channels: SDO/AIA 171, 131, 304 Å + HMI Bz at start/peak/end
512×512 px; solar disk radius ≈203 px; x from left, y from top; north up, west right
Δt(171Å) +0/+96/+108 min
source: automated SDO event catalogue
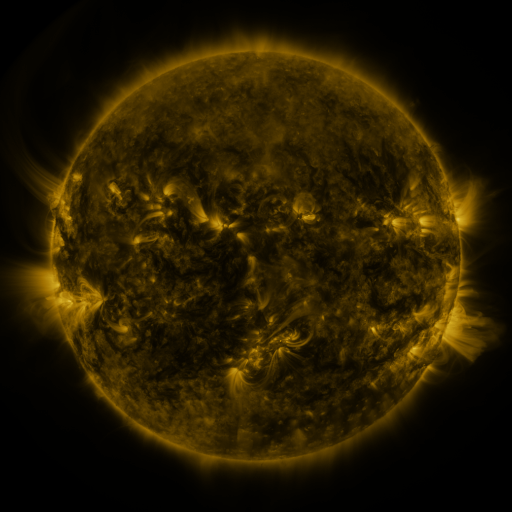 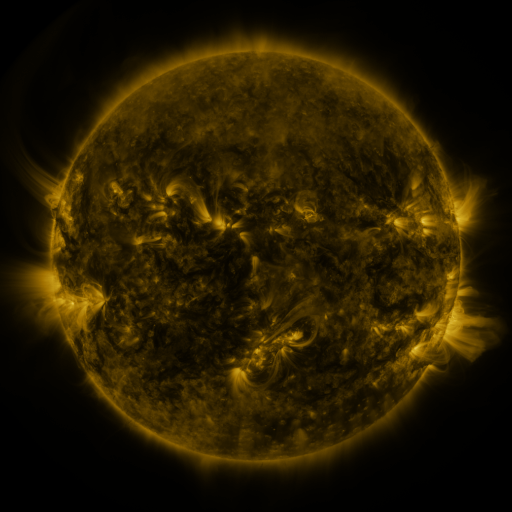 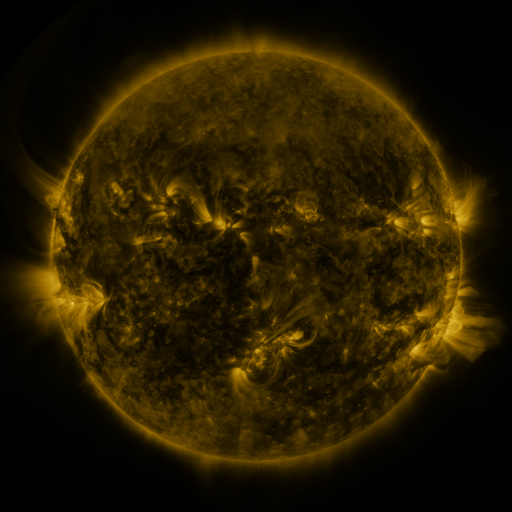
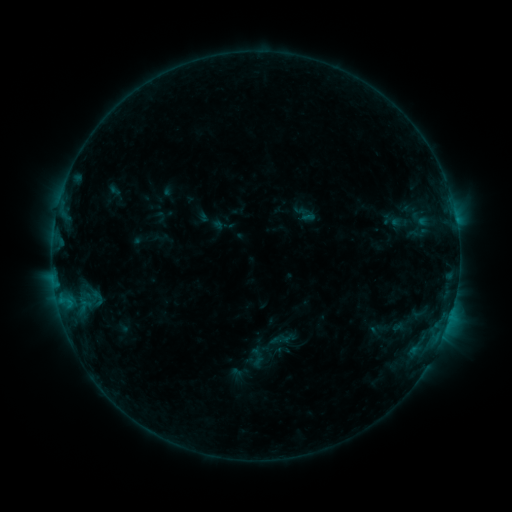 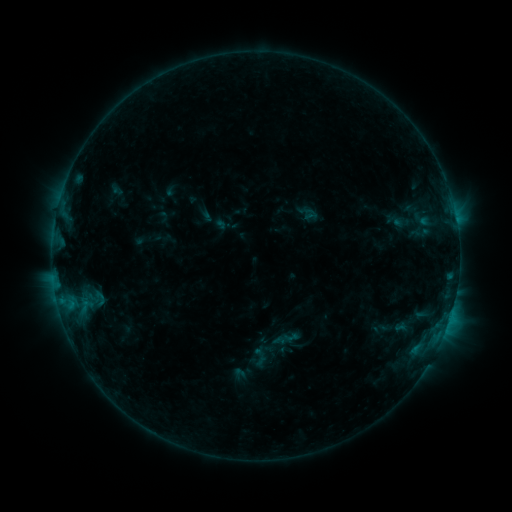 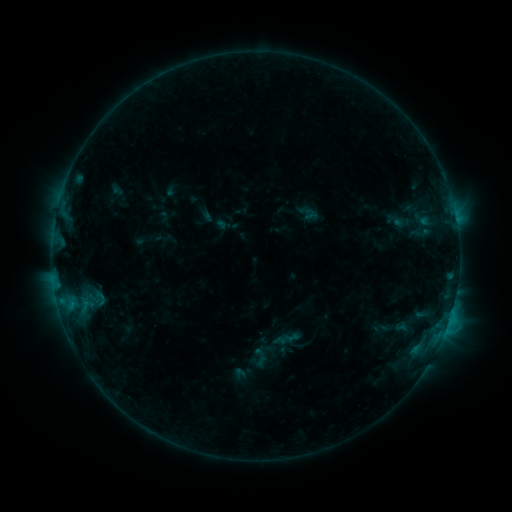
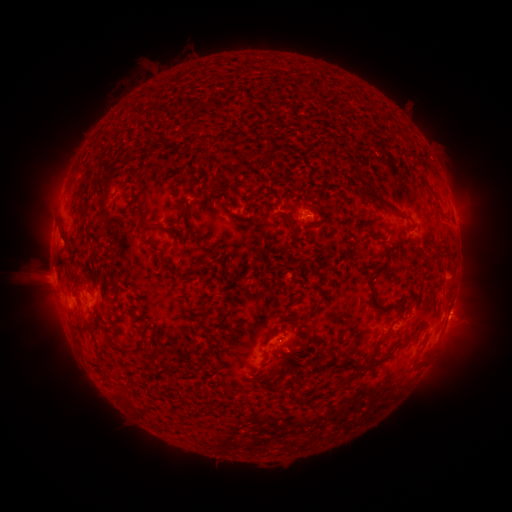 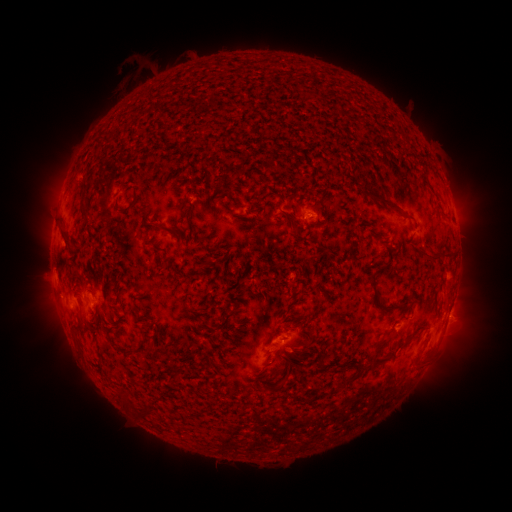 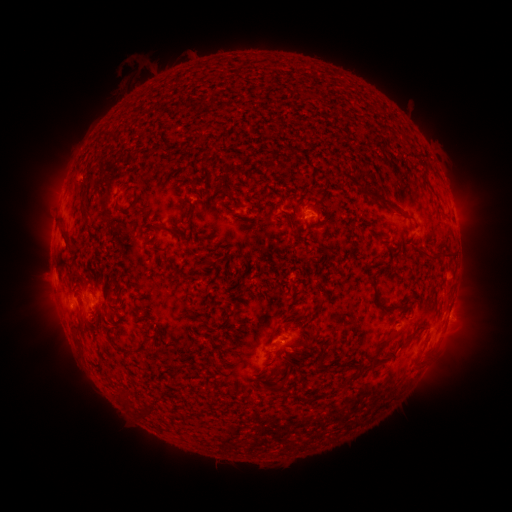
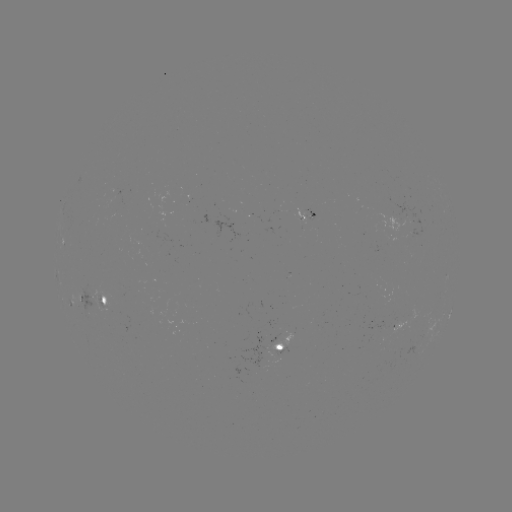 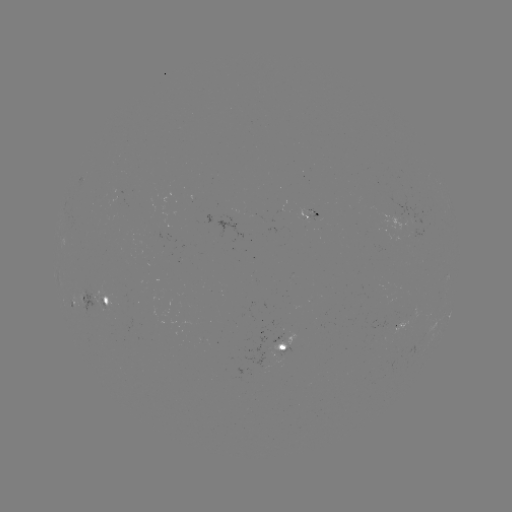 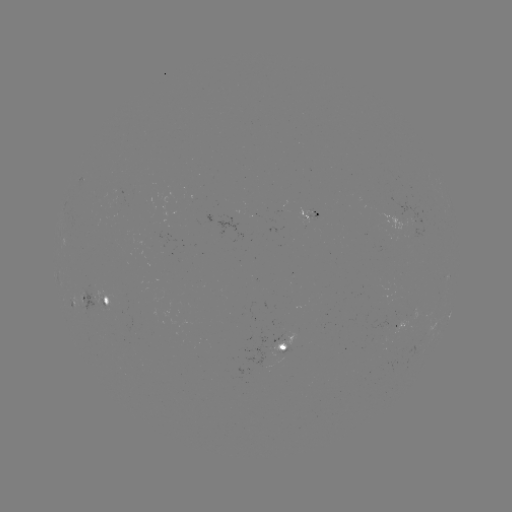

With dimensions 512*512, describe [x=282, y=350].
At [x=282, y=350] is emerging-flux region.